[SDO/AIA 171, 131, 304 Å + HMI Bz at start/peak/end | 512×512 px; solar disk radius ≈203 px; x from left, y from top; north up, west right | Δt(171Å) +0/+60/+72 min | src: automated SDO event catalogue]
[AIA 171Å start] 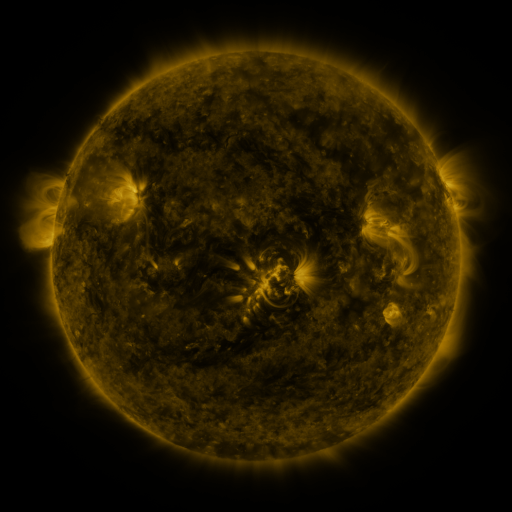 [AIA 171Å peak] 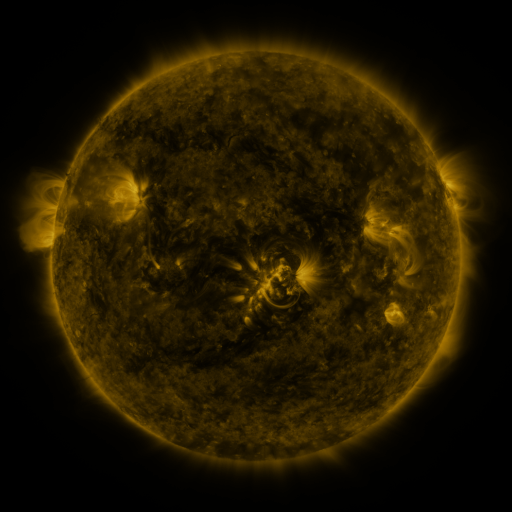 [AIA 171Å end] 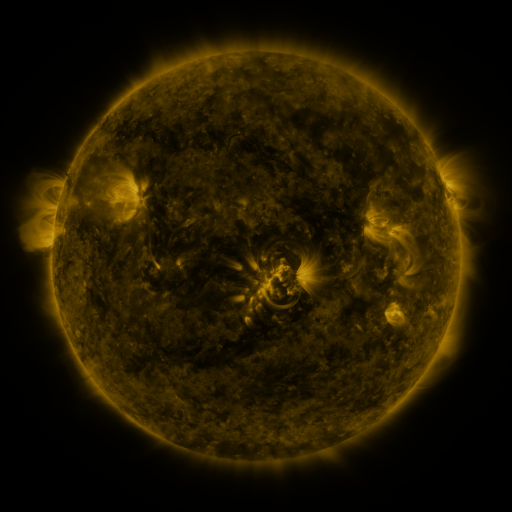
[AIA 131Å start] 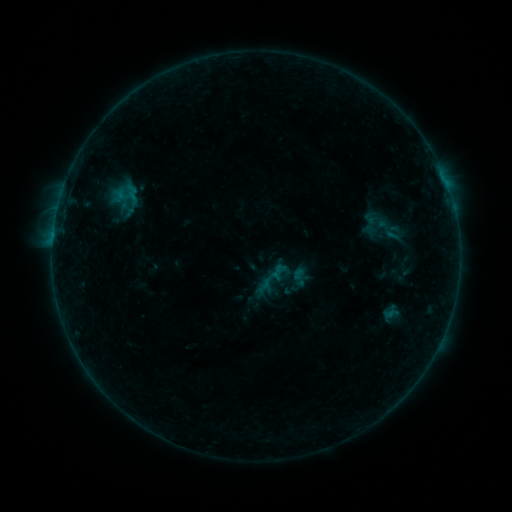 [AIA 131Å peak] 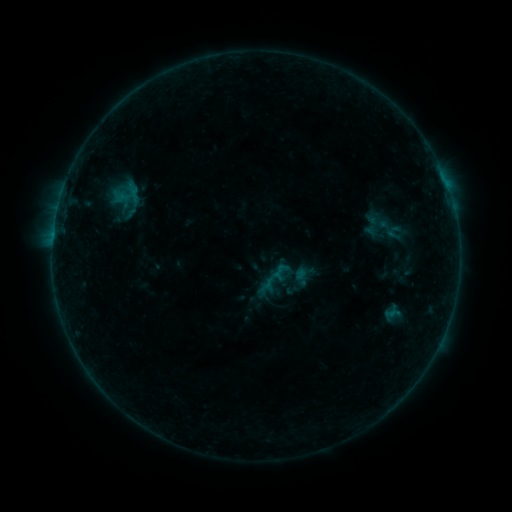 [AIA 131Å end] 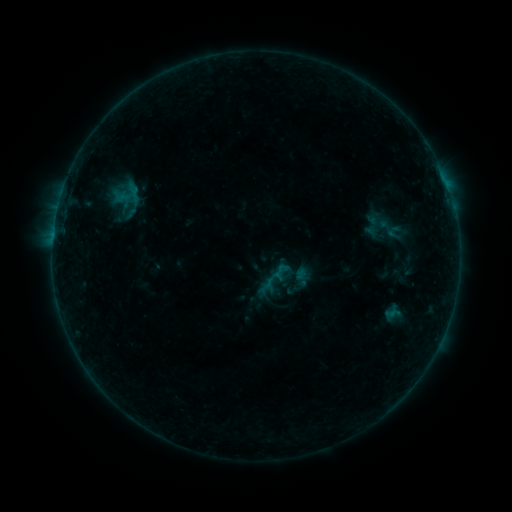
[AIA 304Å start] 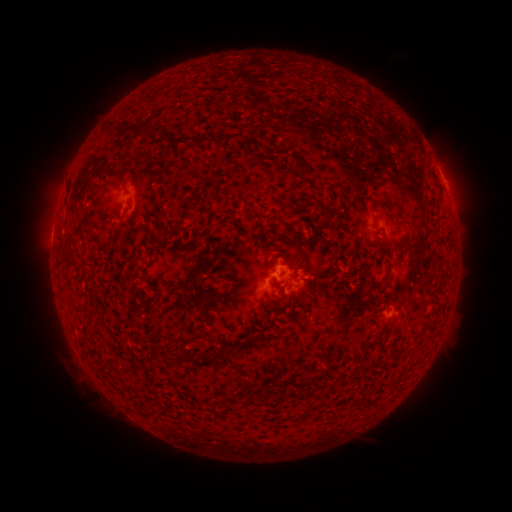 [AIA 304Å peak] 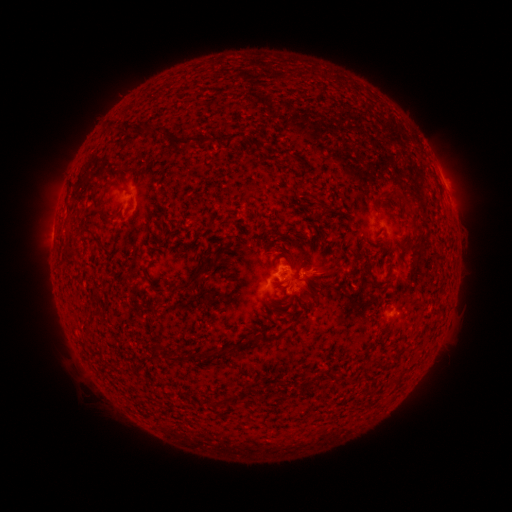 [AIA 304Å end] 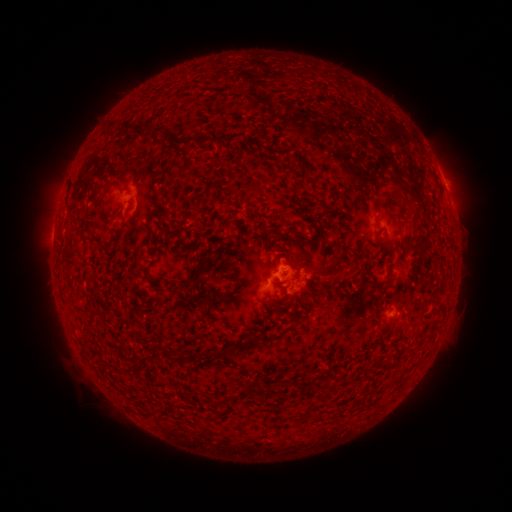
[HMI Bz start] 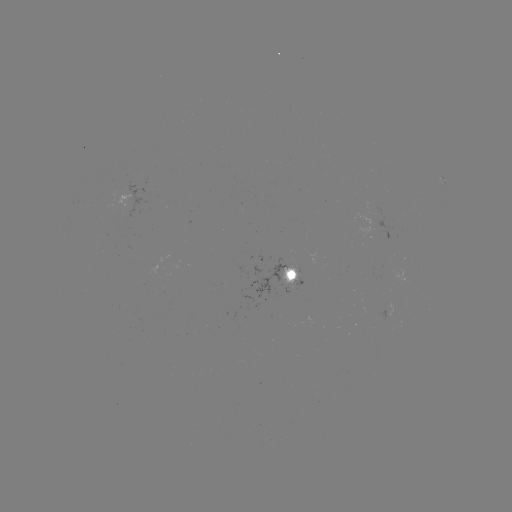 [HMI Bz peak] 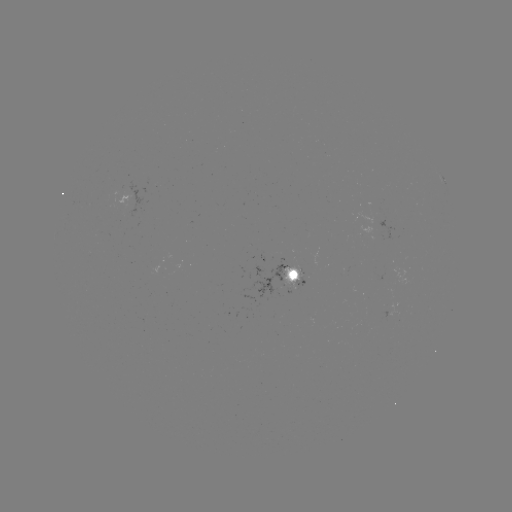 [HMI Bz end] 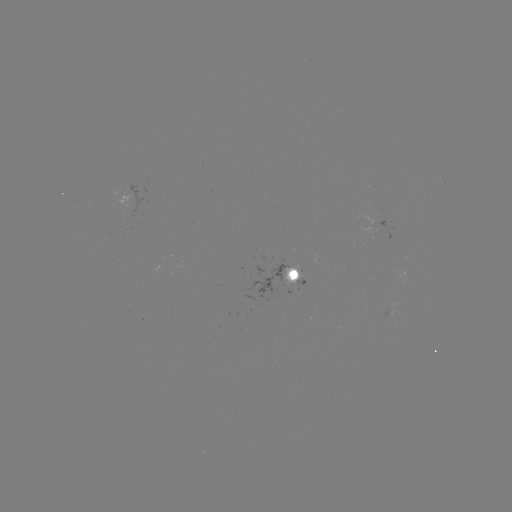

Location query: emerging-flux region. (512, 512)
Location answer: [286, 283].